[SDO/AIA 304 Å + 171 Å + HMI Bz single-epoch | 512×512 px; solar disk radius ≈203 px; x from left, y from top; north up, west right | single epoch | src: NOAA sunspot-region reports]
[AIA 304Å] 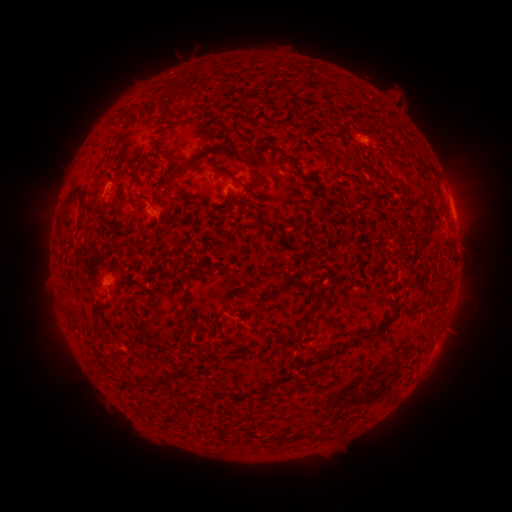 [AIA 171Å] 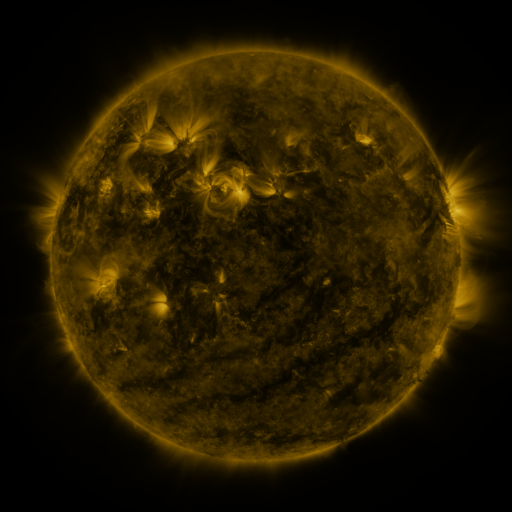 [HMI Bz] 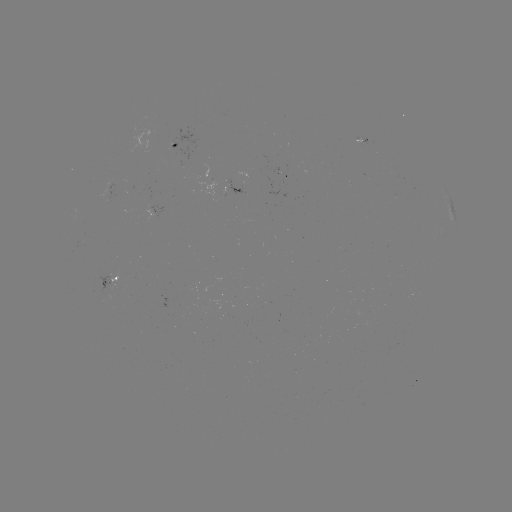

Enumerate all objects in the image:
spotted active region: (171, 145)
spotted active region: (228, 184)
spotted active region: (451, 207)
spotted active region: (111, 277)
